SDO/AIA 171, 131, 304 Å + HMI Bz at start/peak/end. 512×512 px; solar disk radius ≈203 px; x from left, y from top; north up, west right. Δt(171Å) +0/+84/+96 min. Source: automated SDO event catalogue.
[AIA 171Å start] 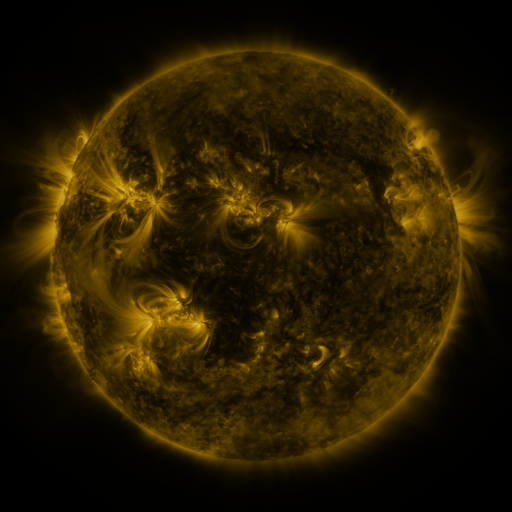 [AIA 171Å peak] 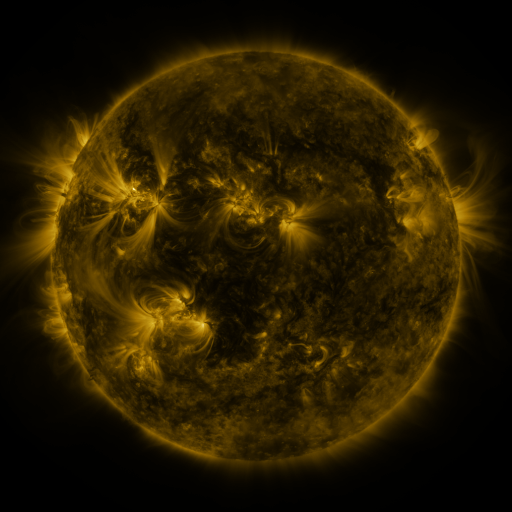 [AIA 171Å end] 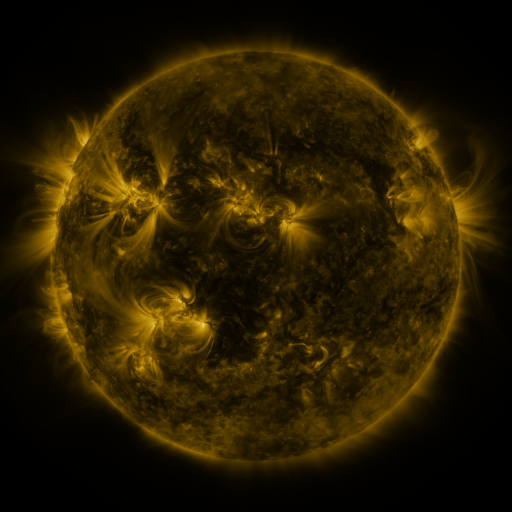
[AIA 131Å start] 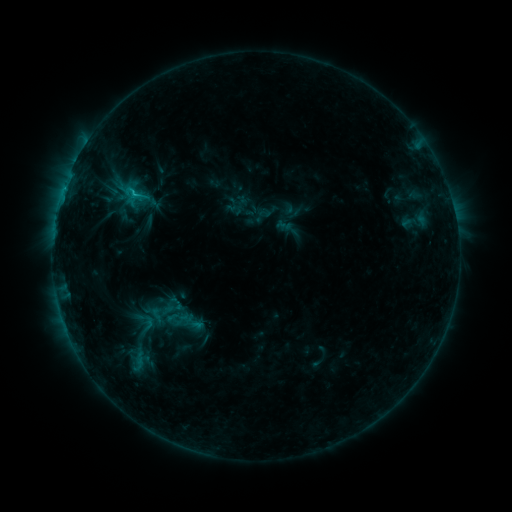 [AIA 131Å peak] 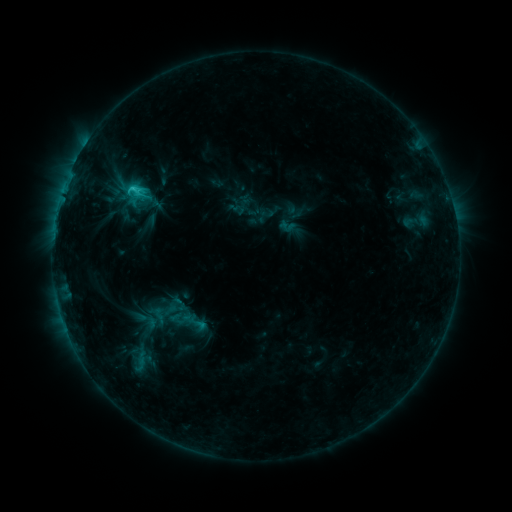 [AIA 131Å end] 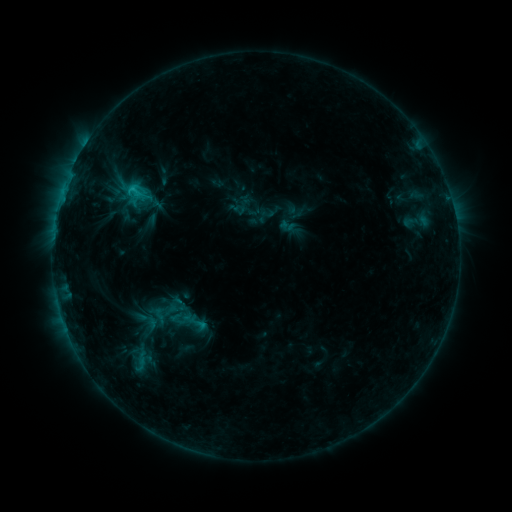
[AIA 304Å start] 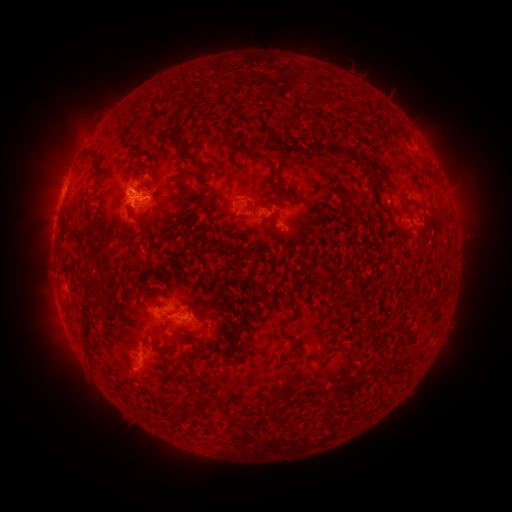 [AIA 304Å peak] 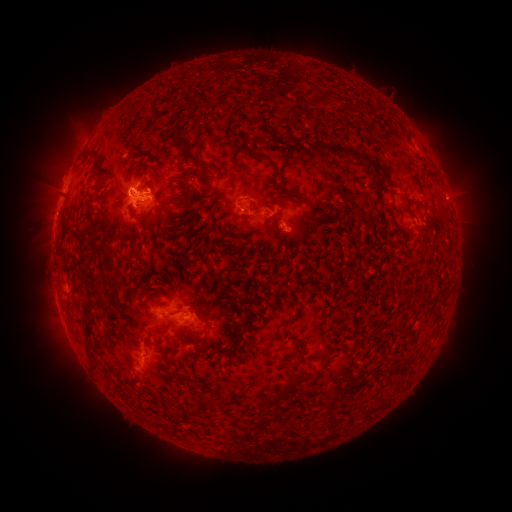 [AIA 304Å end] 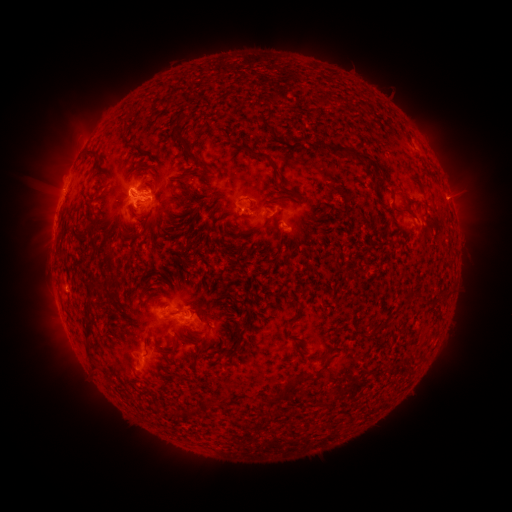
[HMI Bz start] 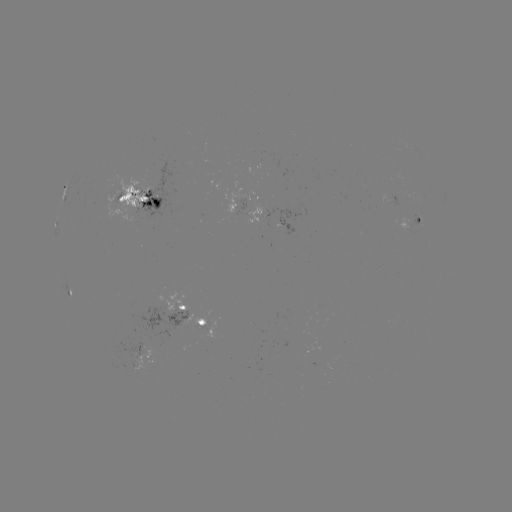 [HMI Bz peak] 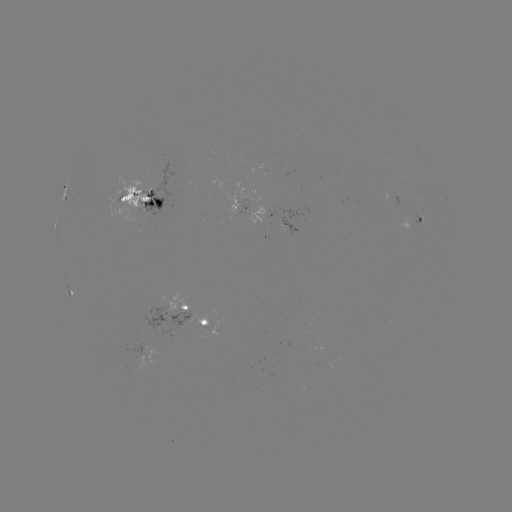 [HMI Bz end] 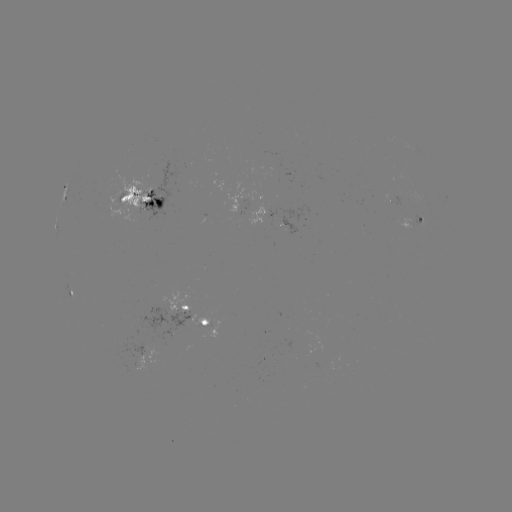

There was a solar emerging-flux region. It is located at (178, 307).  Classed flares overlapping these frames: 1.